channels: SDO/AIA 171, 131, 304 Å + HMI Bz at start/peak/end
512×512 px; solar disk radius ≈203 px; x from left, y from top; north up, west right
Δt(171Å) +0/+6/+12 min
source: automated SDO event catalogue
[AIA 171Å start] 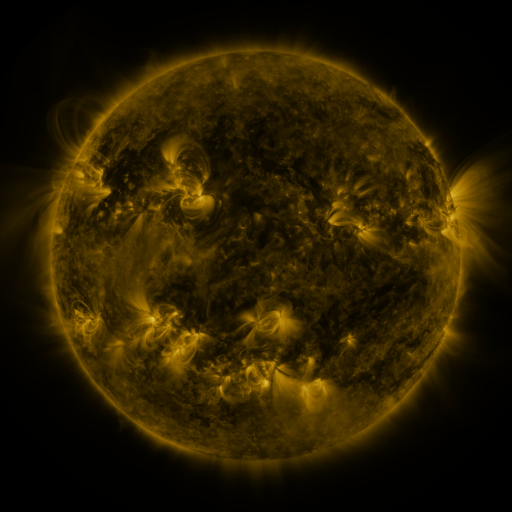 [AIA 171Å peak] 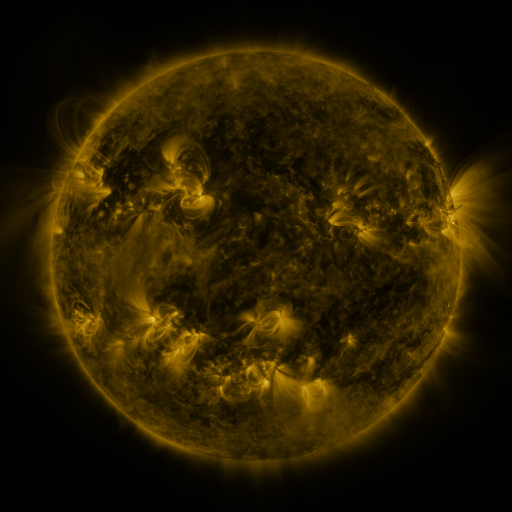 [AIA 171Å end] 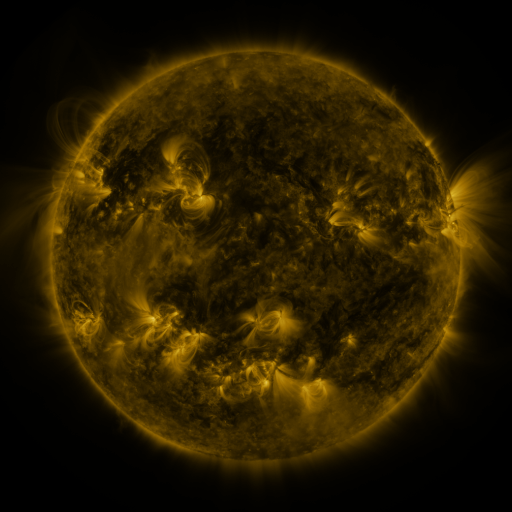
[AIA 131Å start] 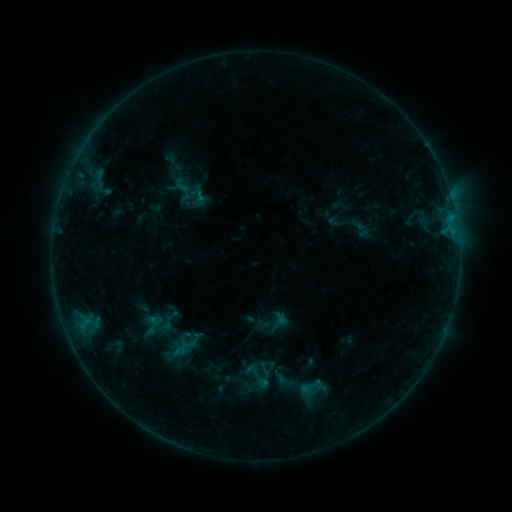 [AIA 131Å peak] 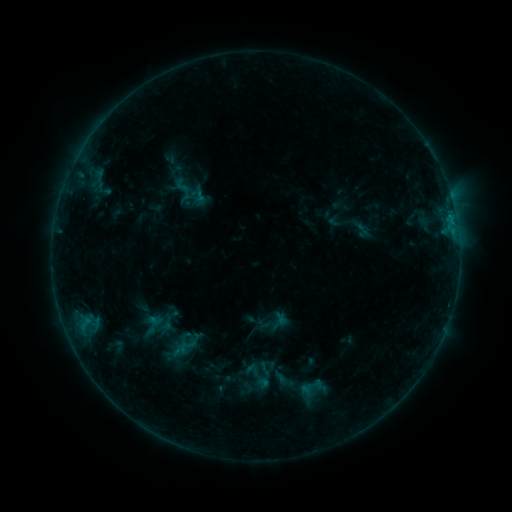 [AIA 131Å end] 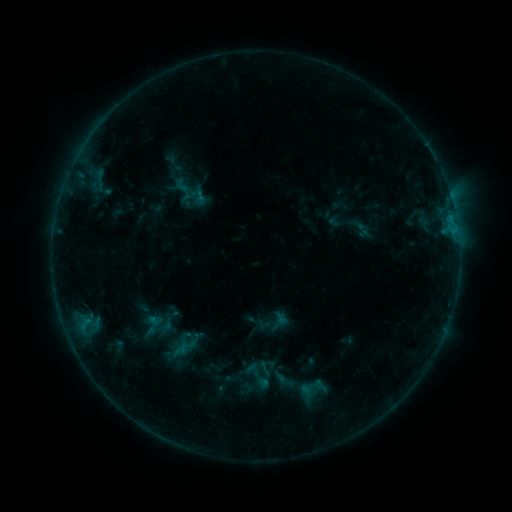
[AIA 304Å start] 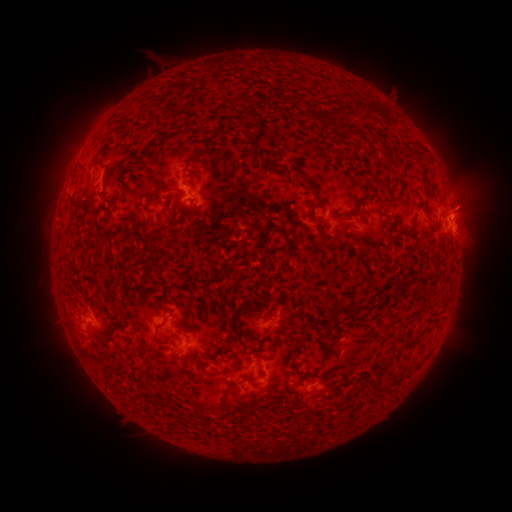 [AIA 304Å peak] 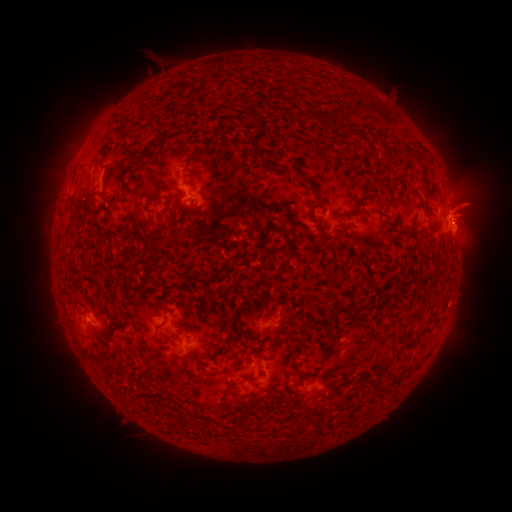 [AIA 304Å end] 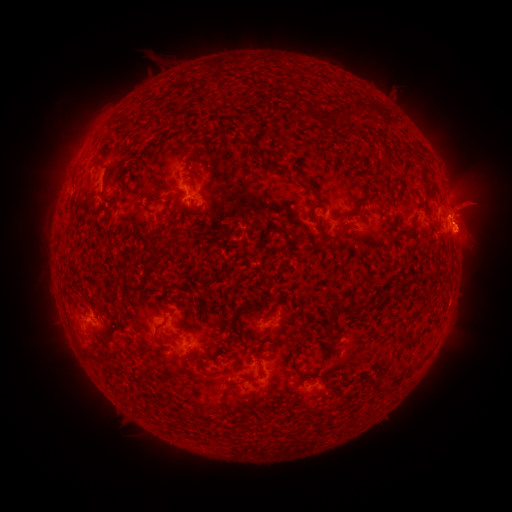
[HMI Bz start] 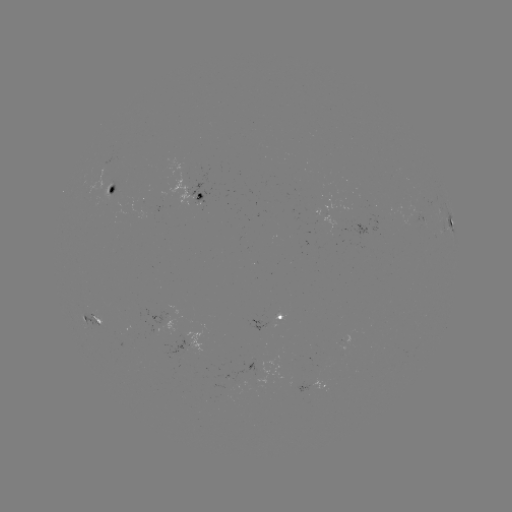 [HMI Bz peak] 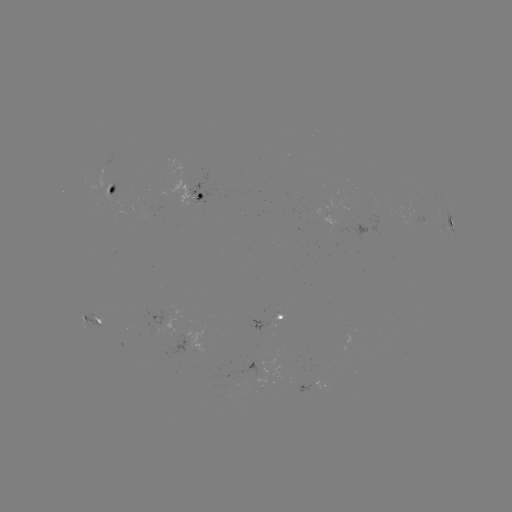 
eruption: <bbox>443, 176, 502, 259</bbox>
